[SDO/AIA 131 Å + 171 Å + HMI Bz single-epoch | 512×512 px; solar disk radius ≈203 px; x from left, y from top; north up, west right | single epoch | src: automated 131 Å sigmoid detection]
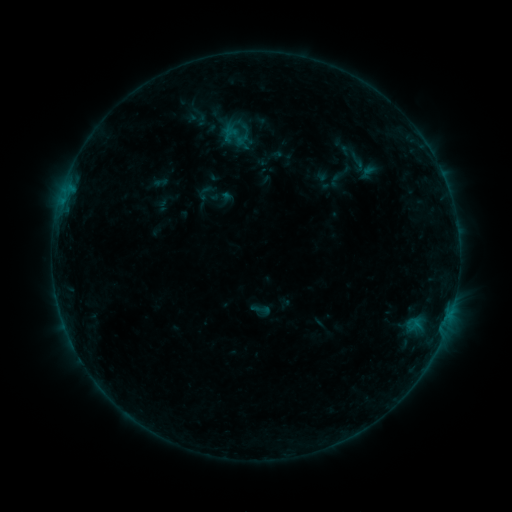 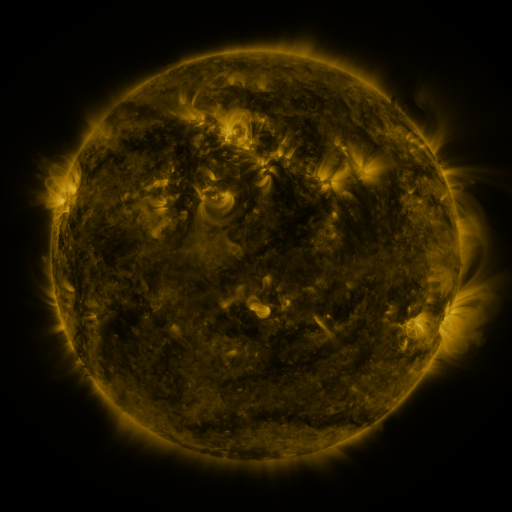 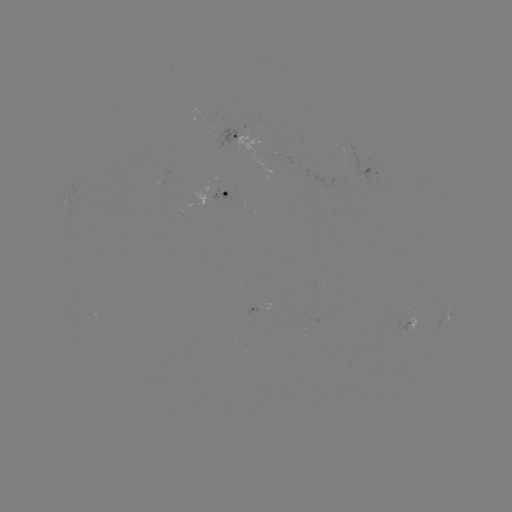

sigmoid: <bbox>341, 149, 374, 175</bbox>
